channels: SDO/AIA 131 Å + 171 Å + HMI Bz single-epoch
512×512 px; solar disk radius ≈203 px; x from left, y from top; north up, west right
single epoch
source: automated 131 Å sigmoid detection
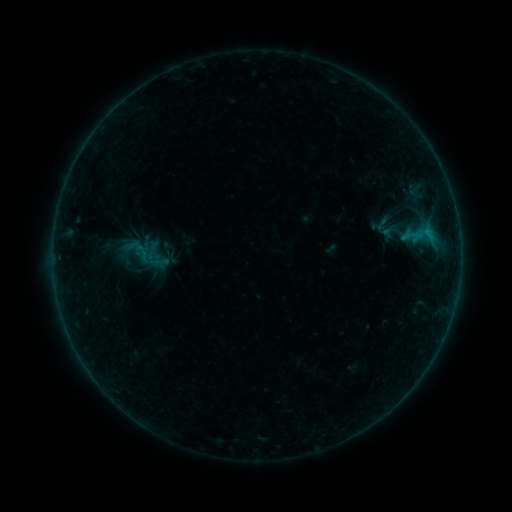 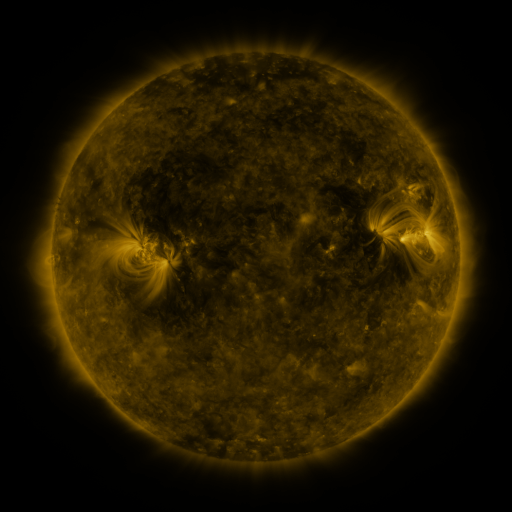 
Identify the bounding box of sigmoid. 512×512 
[133, 242, 155, 266].